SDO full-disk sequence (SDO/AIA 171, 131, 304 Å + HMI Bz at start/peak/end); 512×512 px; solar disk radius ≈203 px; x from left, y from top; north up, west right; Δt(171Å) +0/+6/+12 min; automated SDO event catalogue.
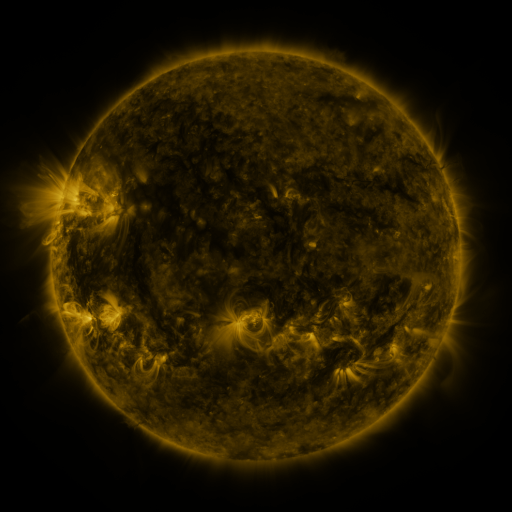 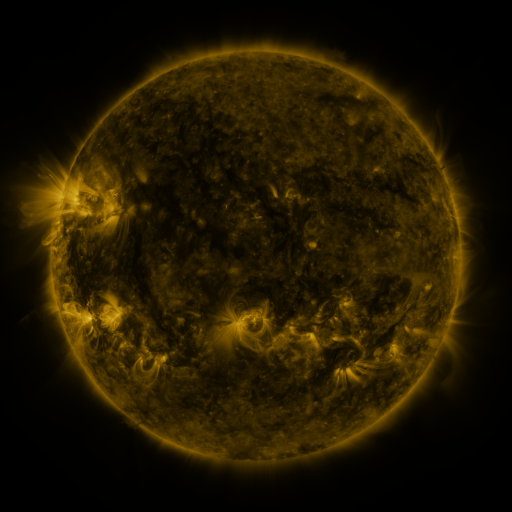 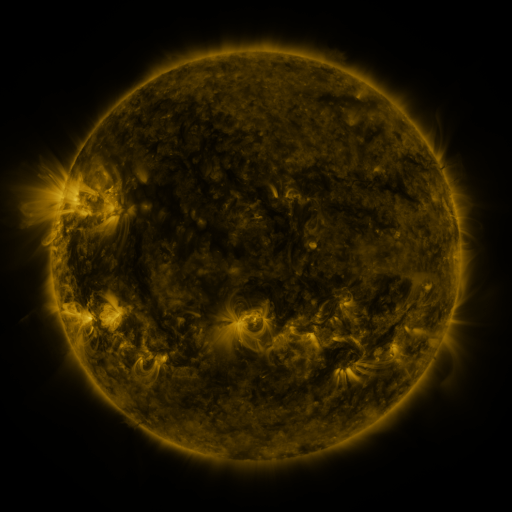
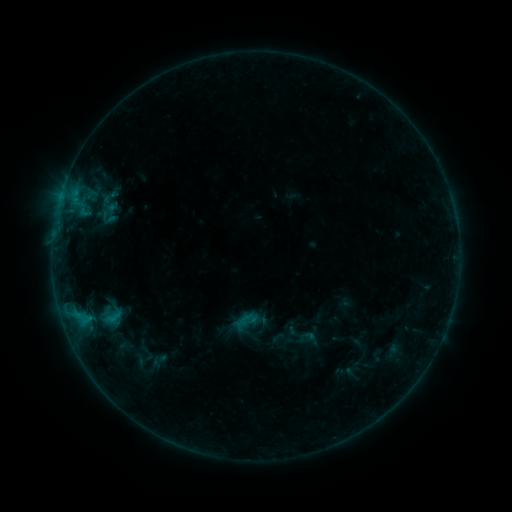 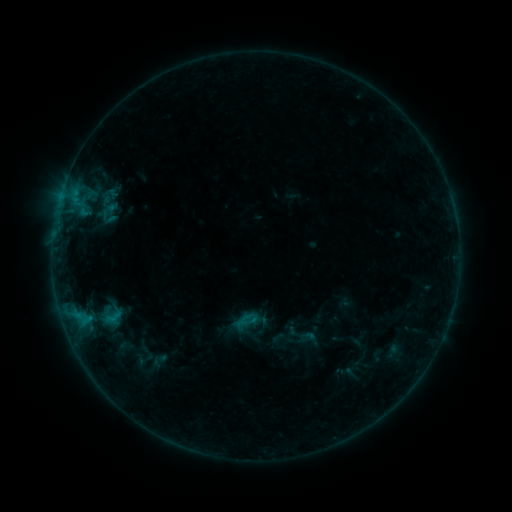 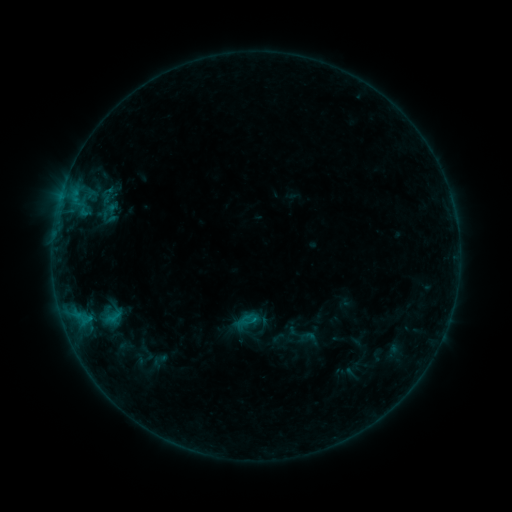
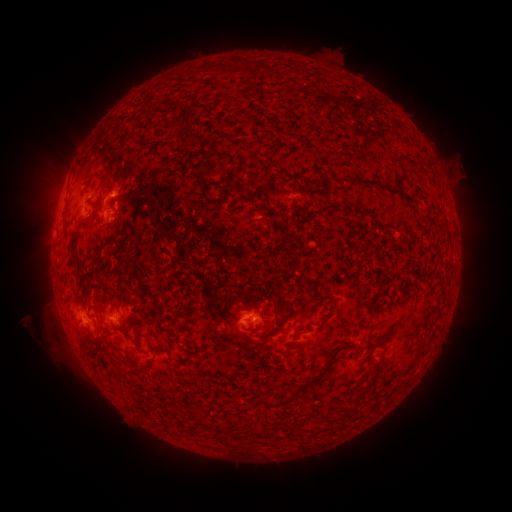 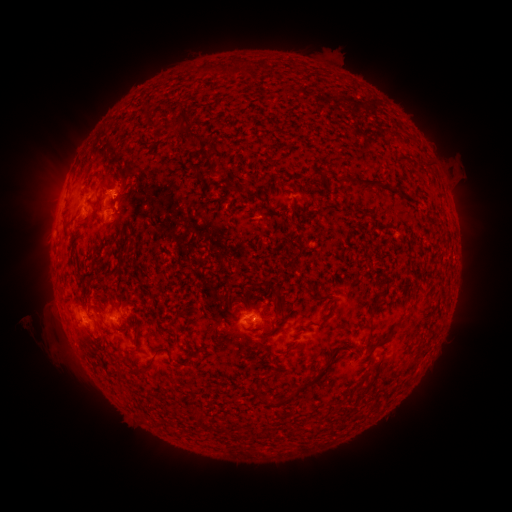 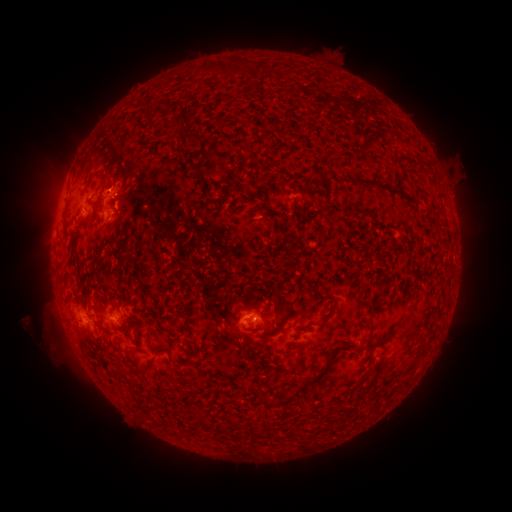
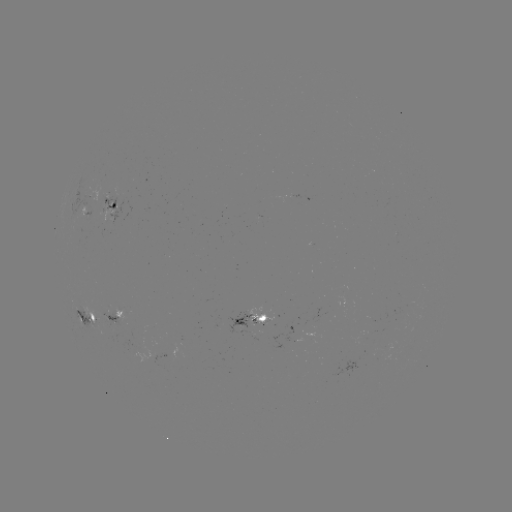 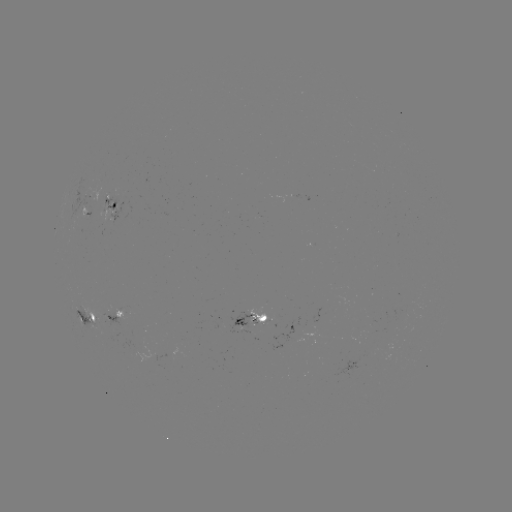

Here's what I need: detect eruption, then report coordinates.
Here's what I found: eruption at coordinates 114,183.